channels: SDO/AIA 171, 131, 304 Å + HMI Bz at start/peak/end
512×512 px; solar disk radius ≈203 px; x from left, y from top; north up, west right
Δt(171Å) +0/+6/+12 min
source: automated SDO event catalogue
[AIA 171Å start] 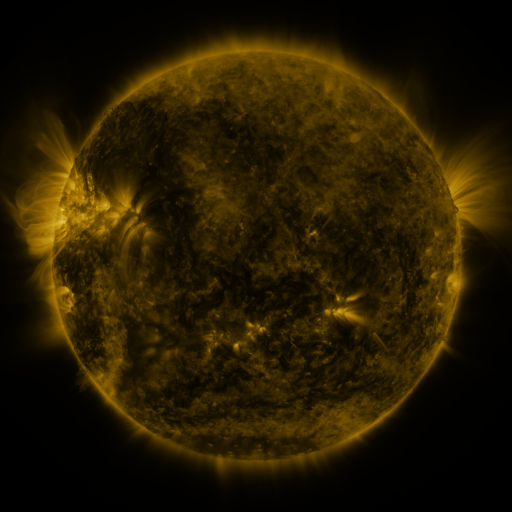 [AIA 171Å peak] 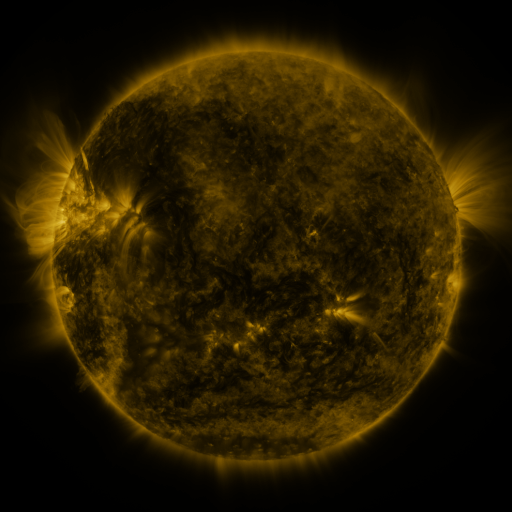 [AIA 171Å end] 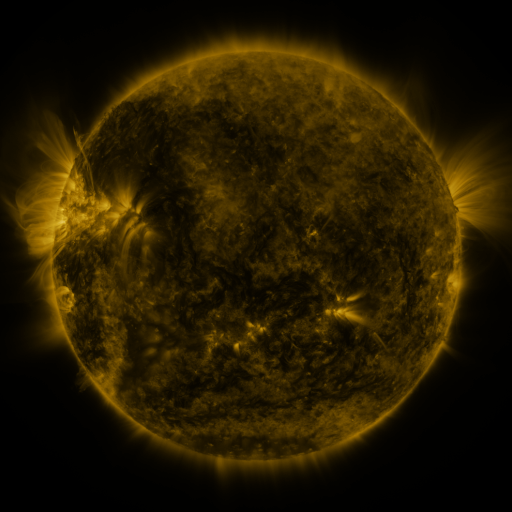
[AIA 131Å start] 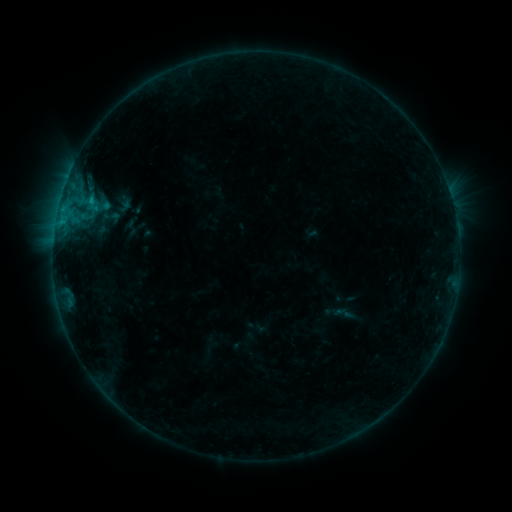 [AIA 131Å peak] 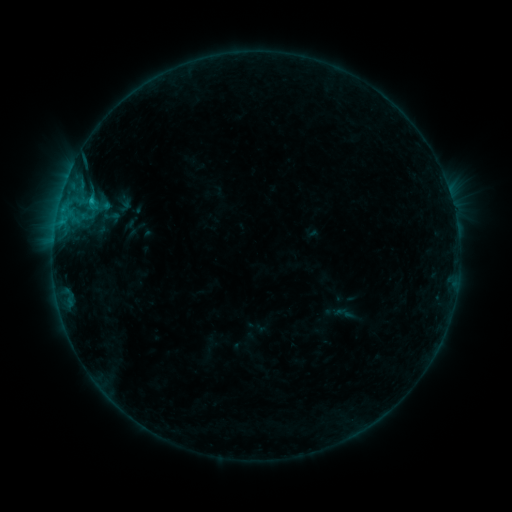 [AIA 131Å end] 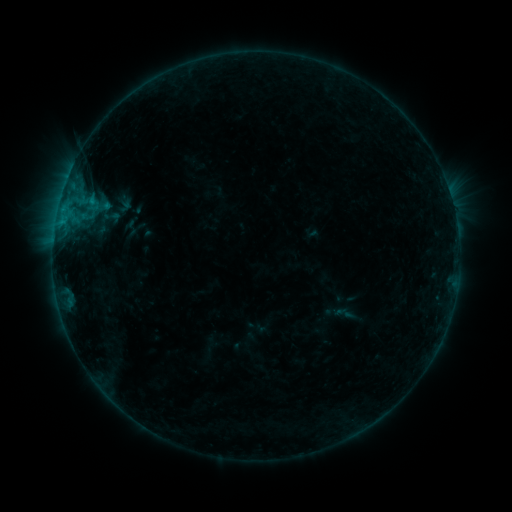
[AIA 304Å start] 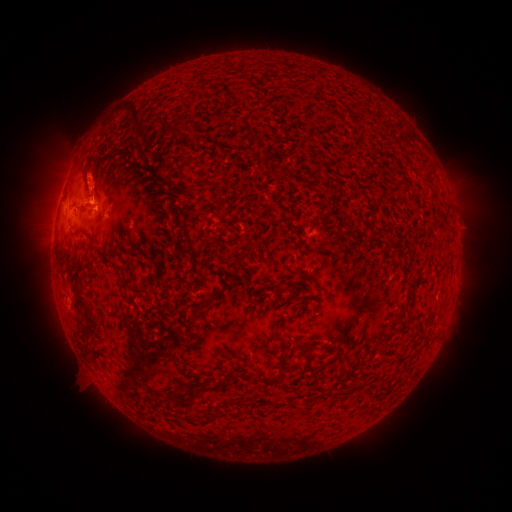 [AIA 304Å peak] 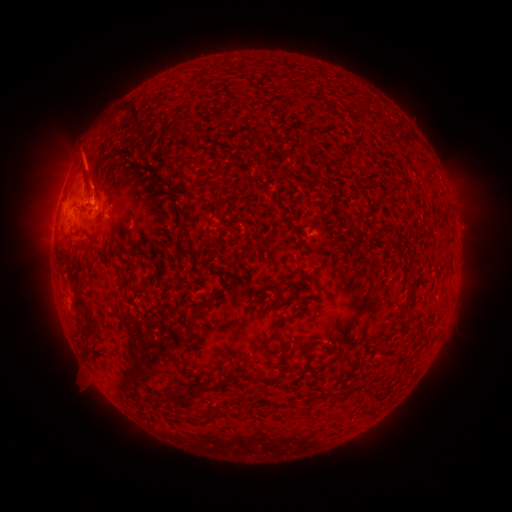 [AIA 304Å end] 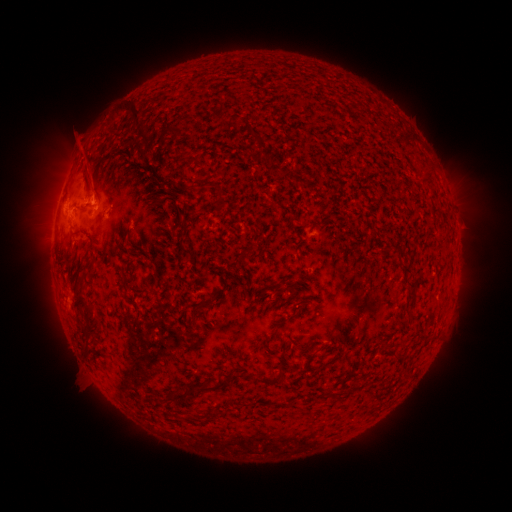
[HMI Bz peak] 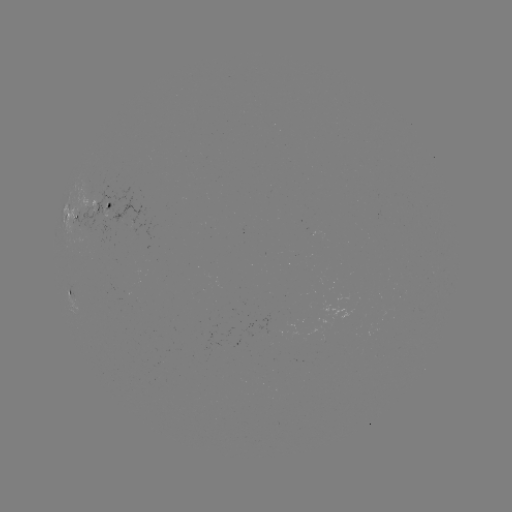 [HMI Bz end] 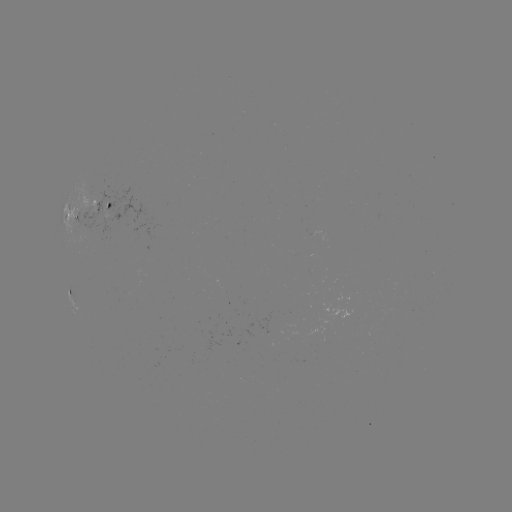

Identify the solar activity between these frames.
B7.5 flare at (92, 201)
